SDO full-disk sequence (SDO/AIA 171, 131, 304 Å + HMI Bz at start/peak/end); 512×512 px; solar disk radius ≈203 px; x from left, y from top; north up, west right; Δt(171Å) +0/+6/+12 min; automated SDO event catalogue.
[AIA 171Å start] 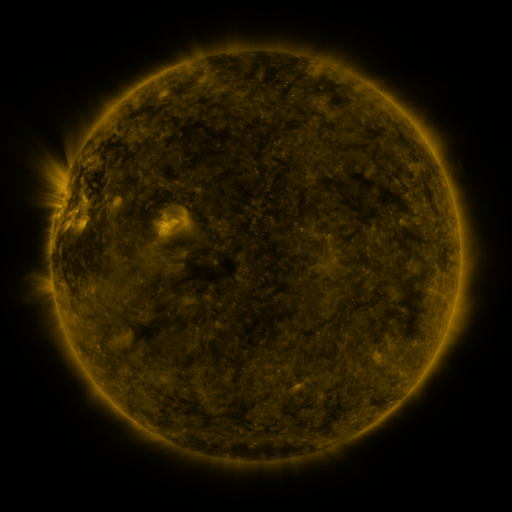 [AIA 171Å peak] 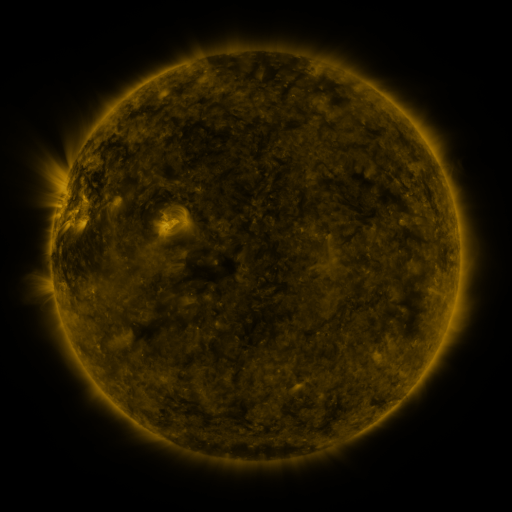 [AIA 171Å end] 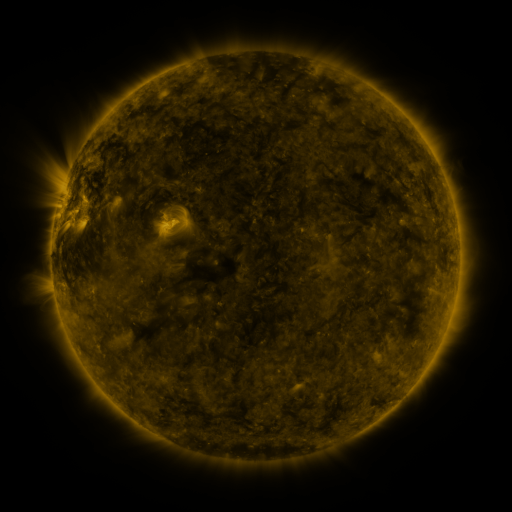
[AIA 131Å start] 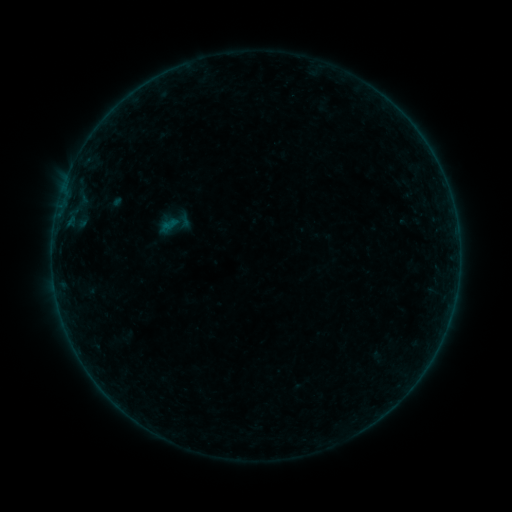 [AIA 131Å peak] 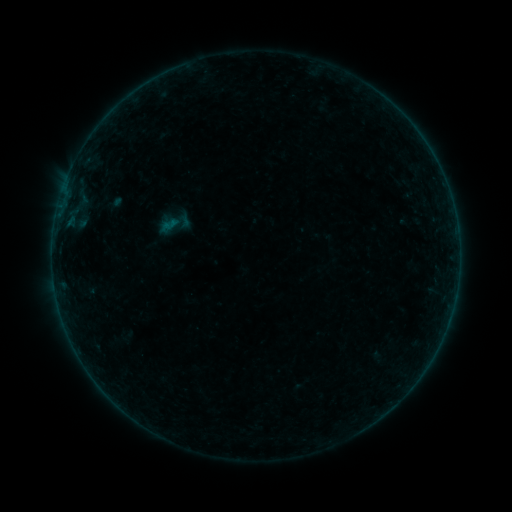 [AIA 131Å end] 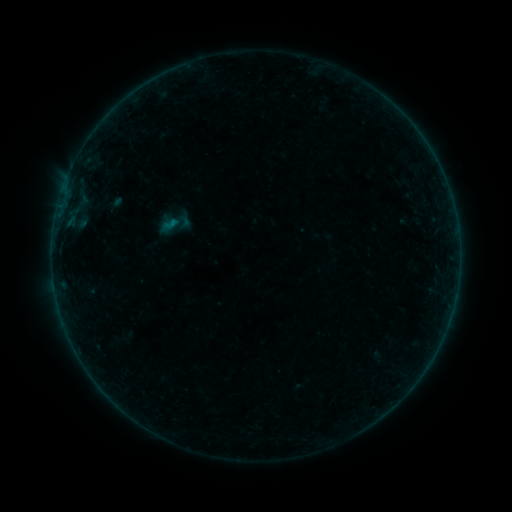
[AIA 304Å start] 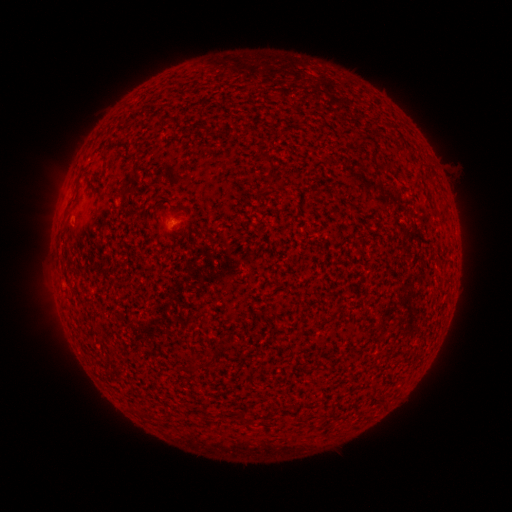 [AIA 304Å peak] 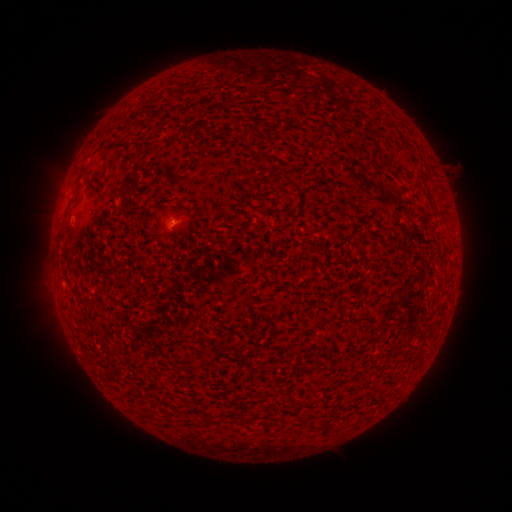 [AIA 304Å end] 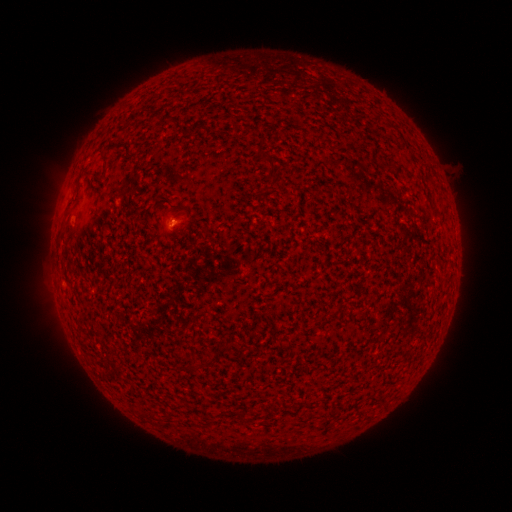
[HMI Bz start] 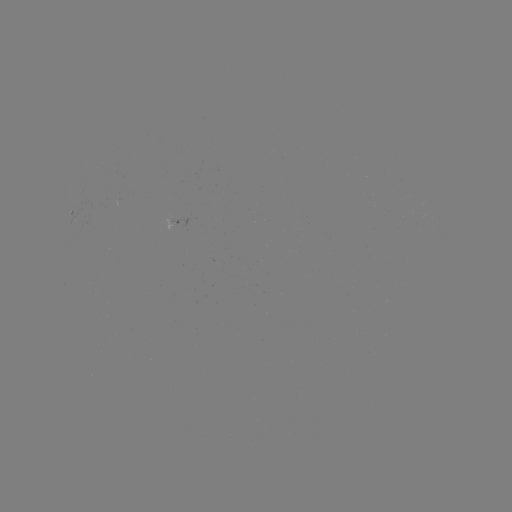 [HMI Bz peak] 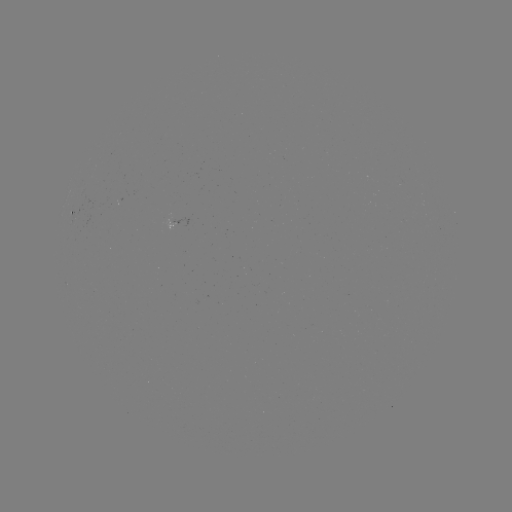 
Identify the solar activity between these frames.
B1.2 flare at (173, 226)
